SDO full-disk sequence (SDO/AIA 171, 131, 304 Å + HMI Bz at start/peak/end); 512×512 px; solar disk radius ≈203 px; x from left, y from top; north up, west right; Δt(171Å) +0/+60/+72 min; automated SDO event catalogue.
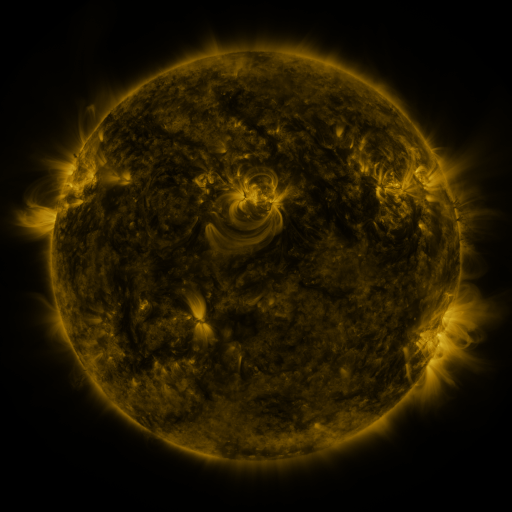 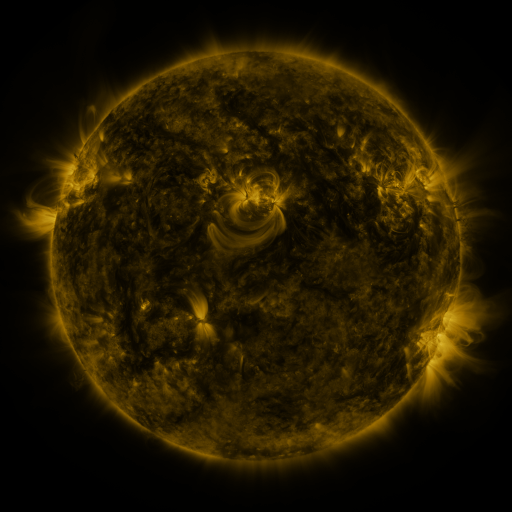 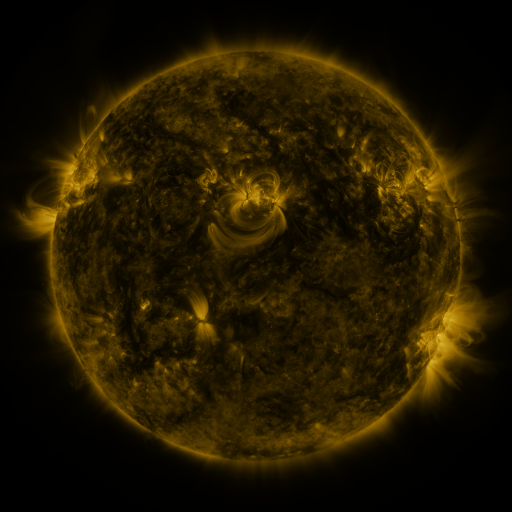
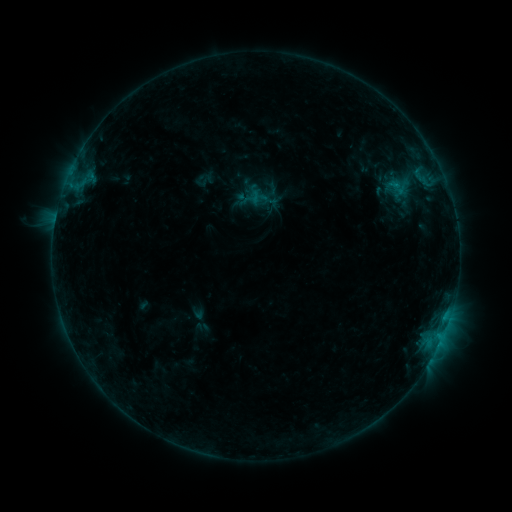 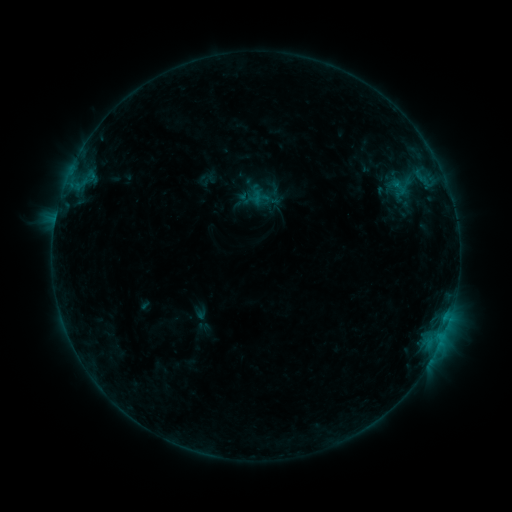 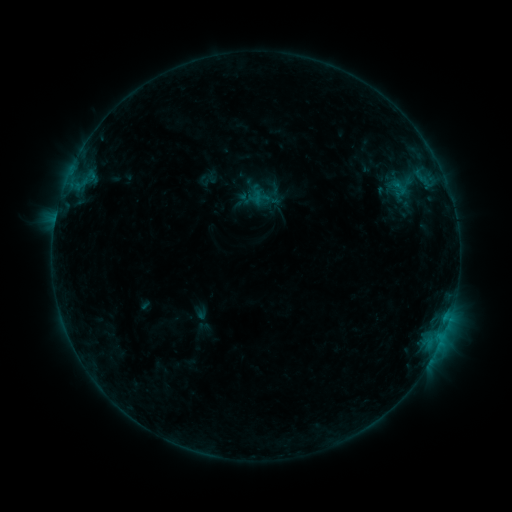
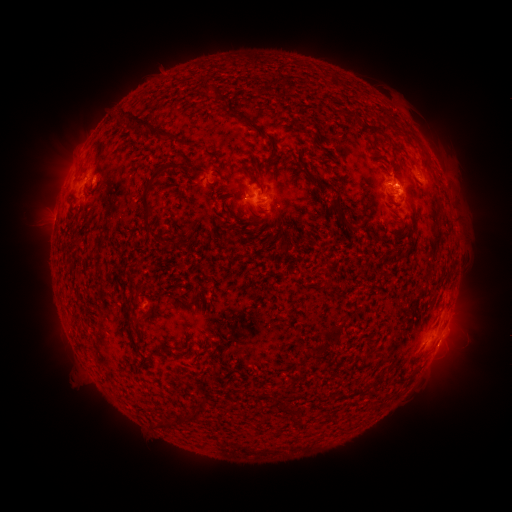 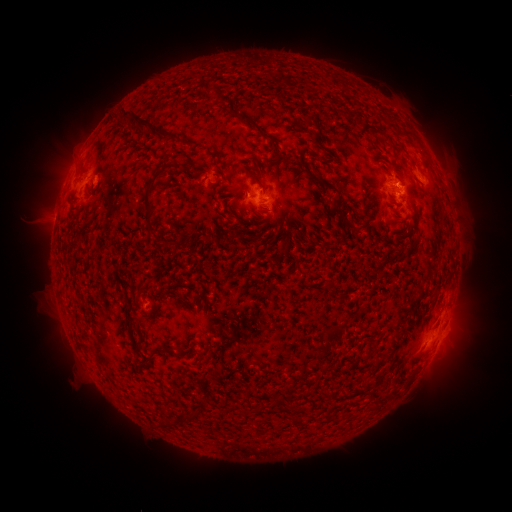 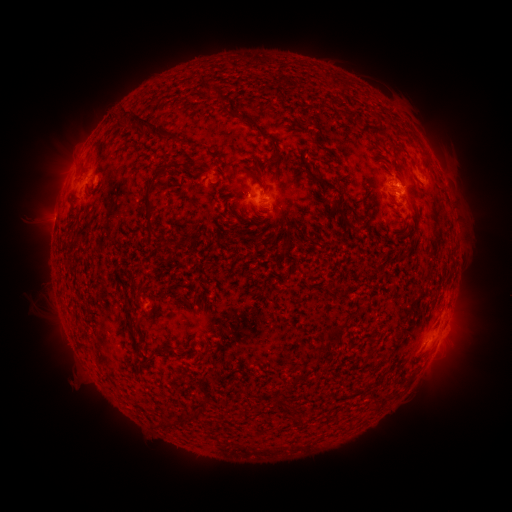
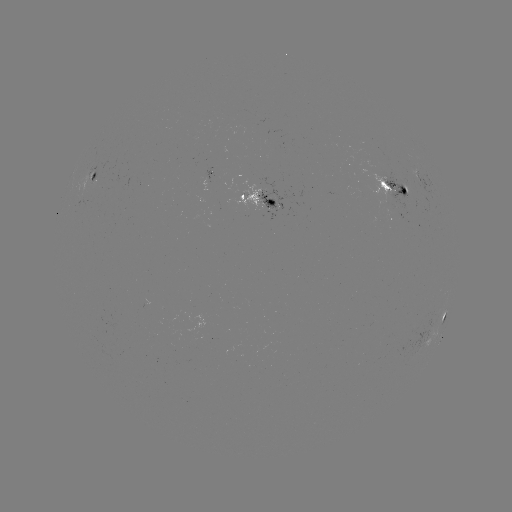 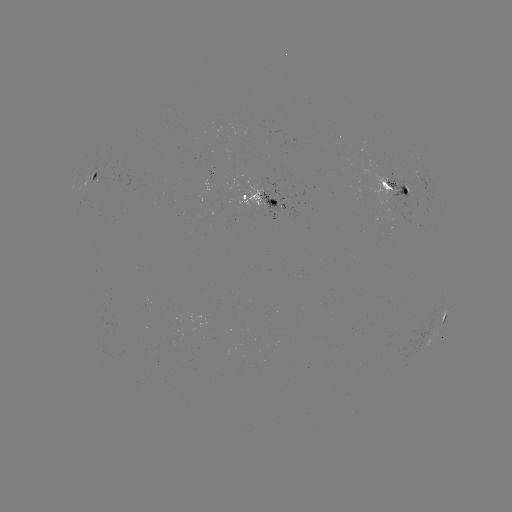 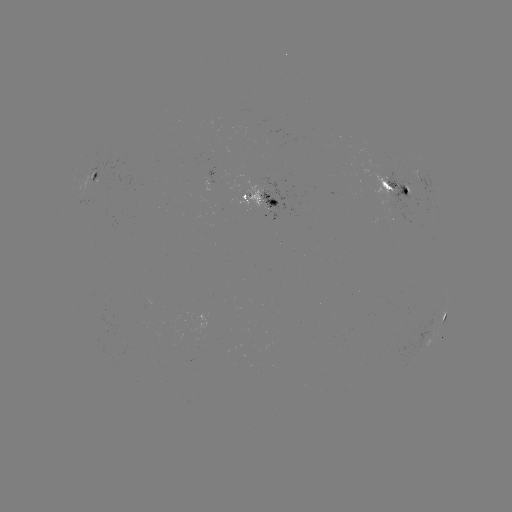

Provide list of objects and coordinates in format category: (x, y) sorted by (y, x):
emerging-flux region: (405, 189)
